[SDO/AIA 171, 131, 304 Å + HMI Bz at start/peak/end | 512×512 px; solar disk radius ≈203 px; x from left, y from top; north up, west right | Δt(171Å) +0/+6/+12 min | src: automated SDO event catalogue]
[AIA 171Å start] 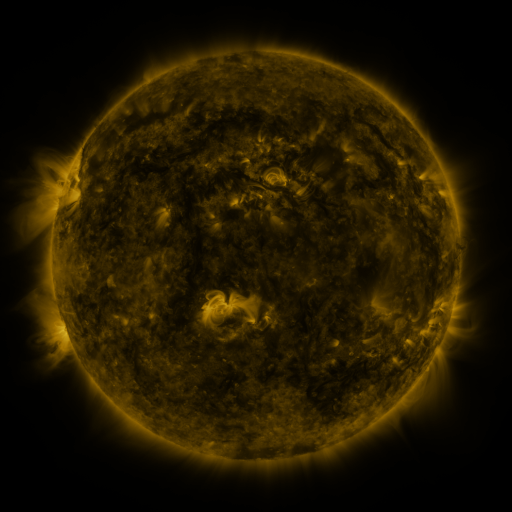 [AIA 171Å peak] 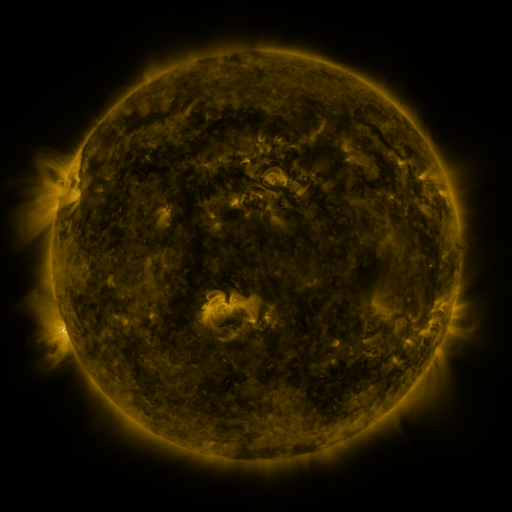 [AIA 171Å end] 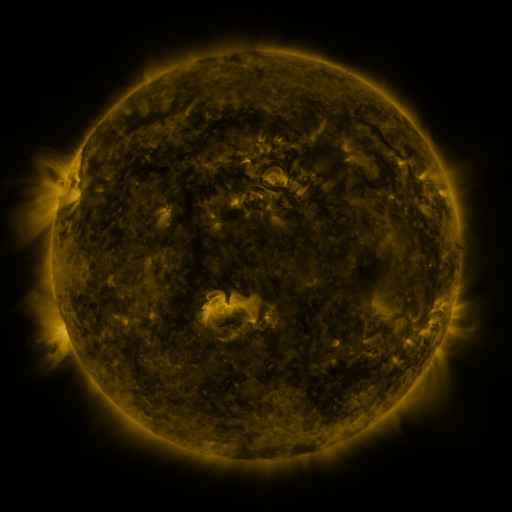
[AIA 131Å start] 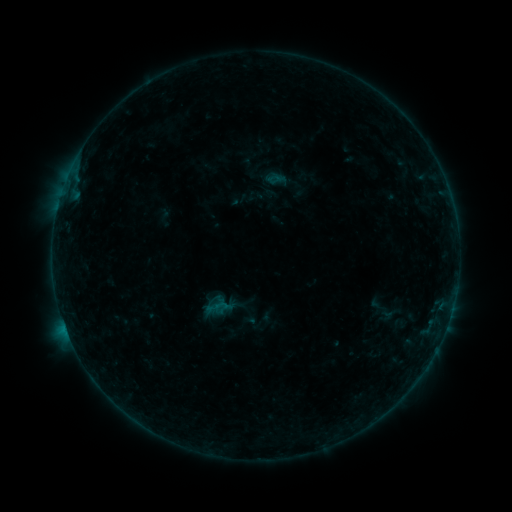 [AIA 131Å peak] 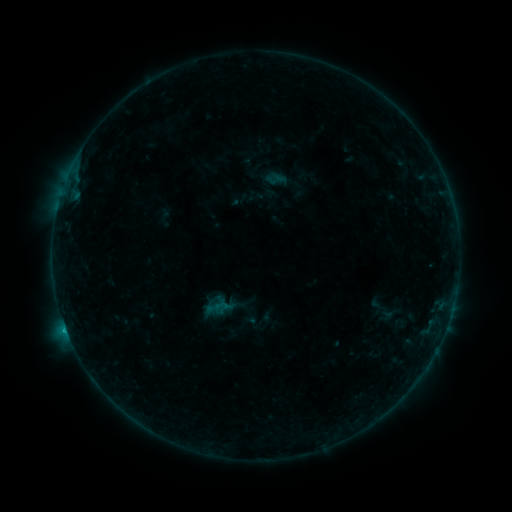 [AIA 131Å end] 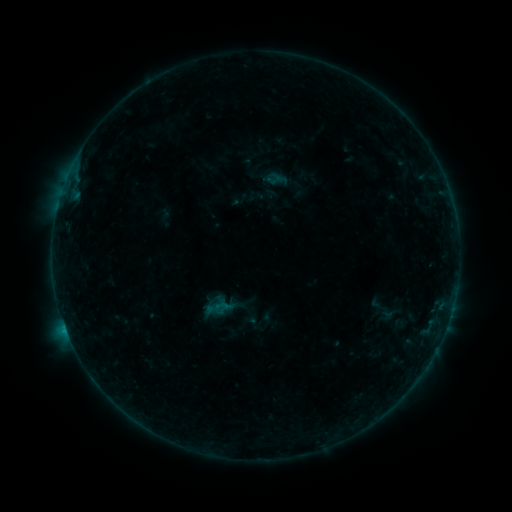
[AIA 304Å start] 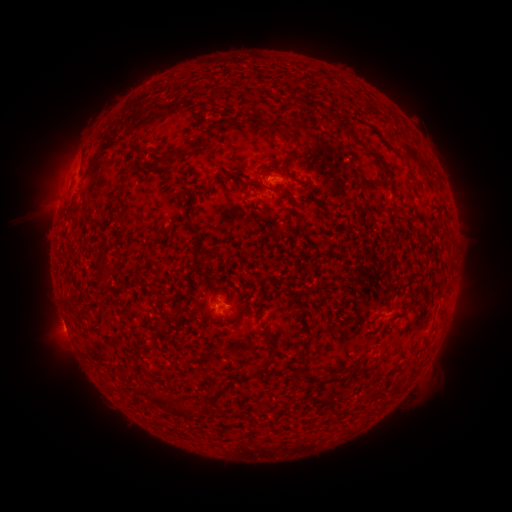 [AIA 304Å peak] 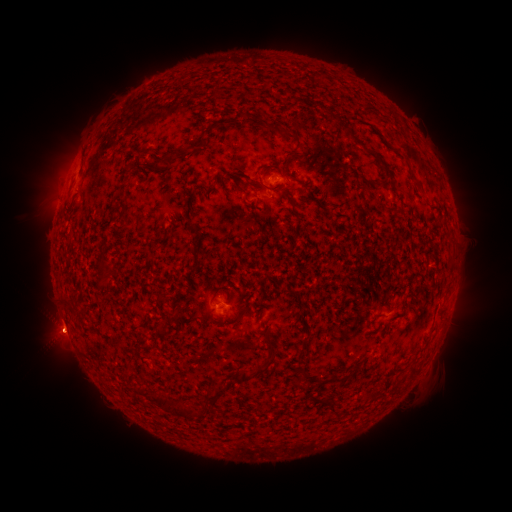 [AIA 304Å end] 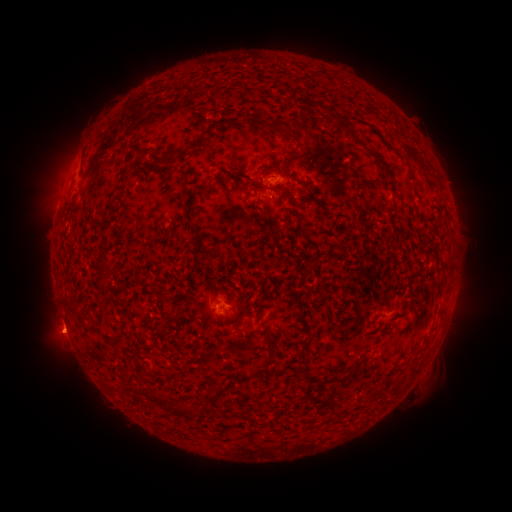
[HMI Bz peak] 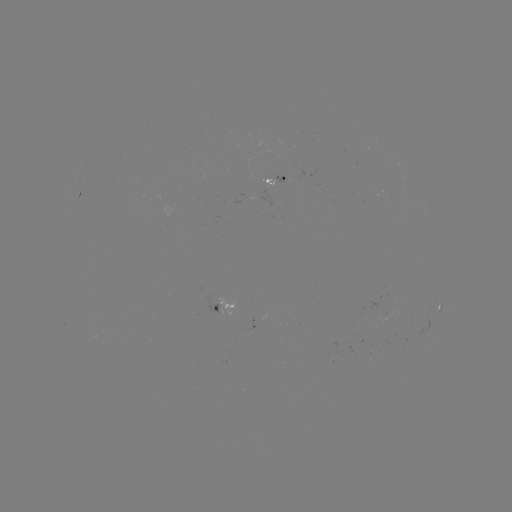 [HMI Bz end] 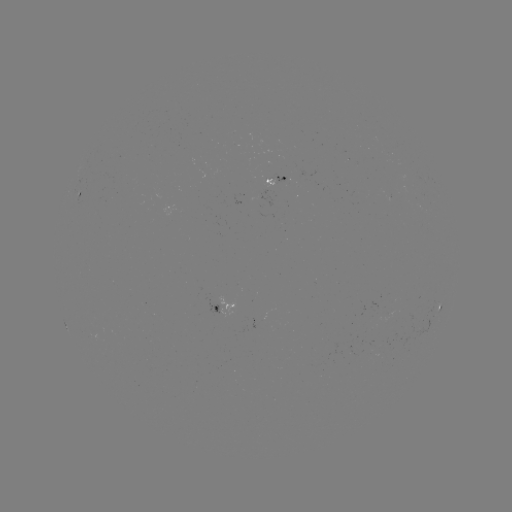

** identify B4.4 flare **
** [225, 304] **